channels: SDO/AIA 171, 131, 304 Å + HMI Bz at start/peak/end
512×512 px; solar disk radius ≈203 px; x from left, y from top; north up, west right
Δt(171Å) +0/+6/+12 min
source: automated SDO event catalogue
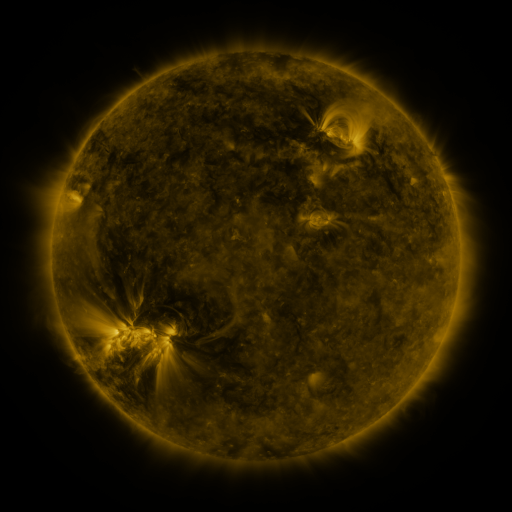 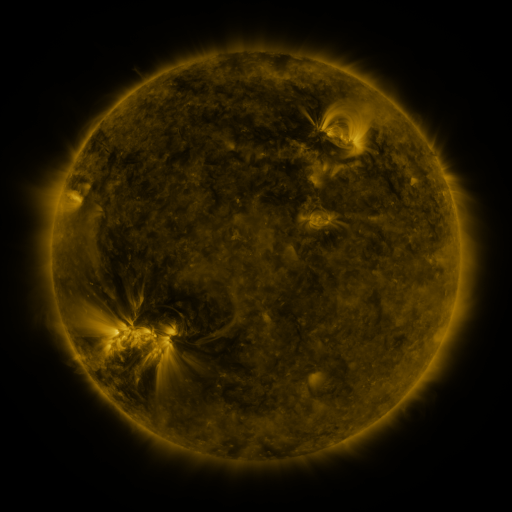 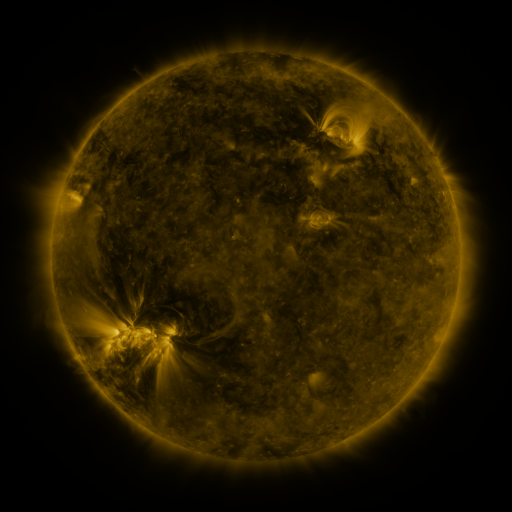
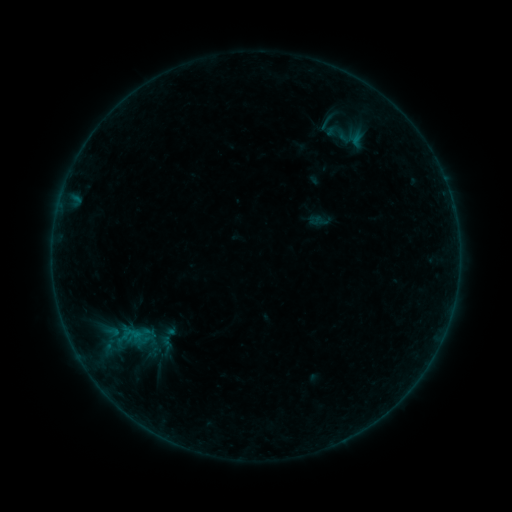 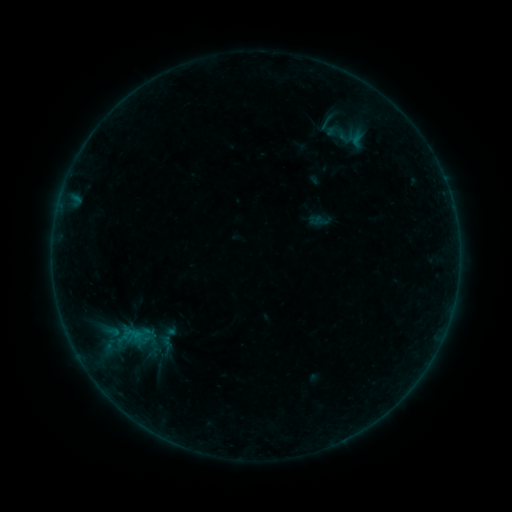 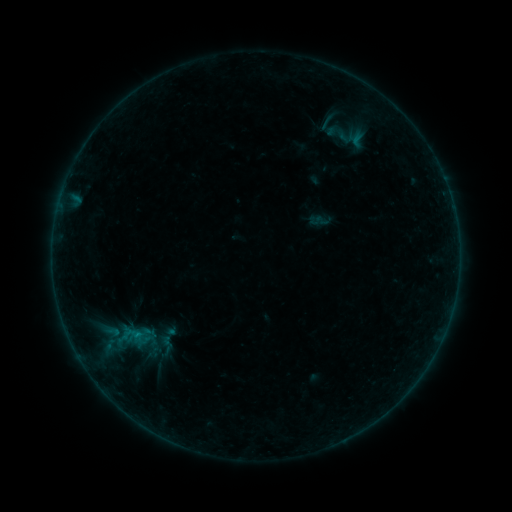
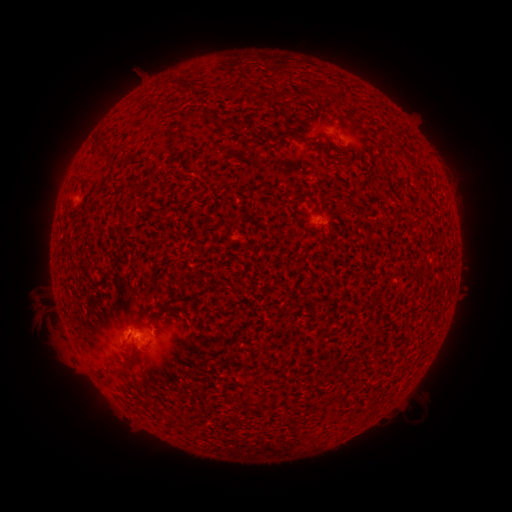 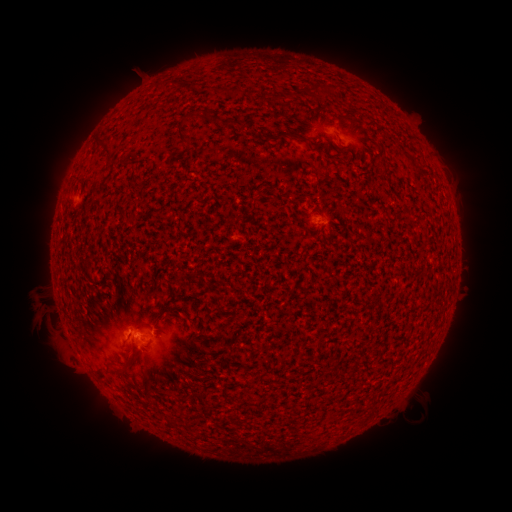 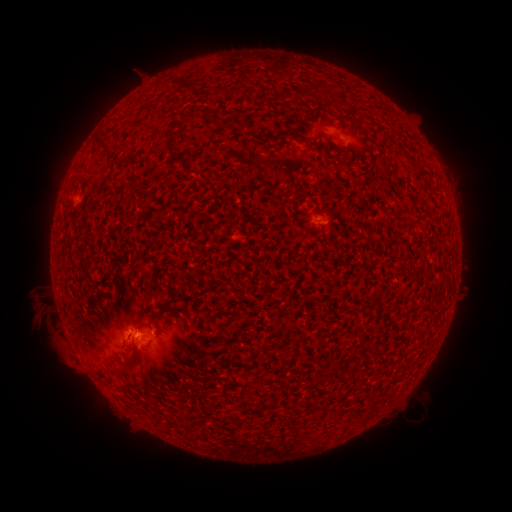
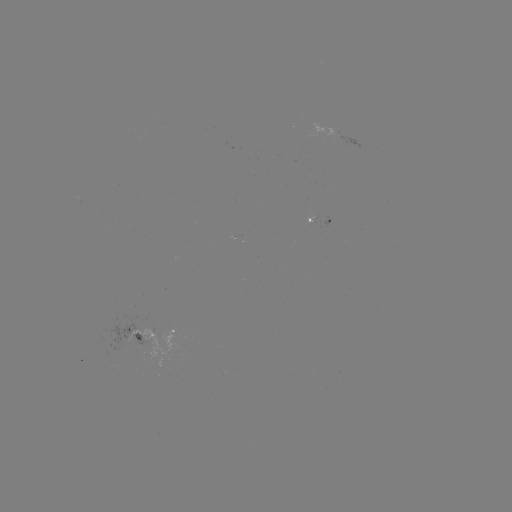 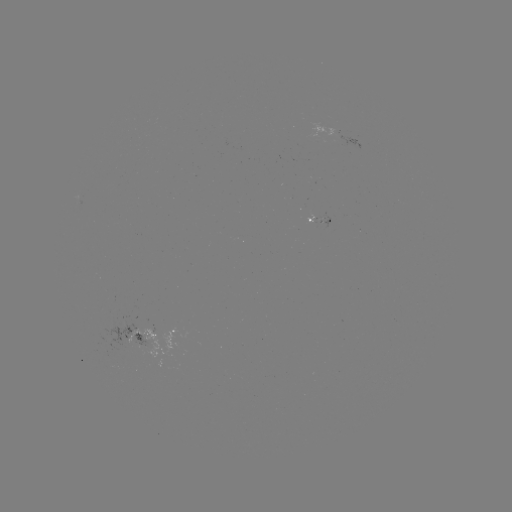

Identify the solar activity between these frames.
B1.8 flare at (138, 335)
